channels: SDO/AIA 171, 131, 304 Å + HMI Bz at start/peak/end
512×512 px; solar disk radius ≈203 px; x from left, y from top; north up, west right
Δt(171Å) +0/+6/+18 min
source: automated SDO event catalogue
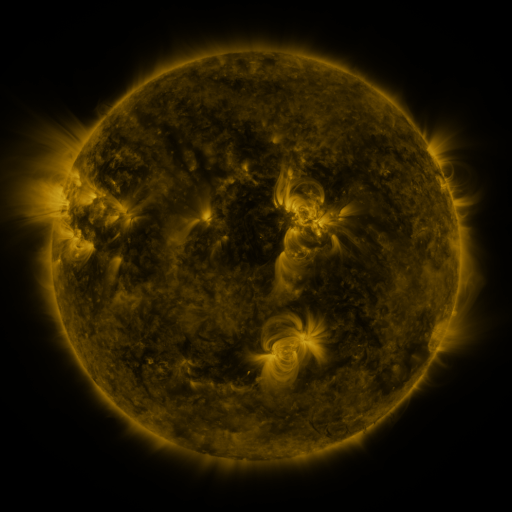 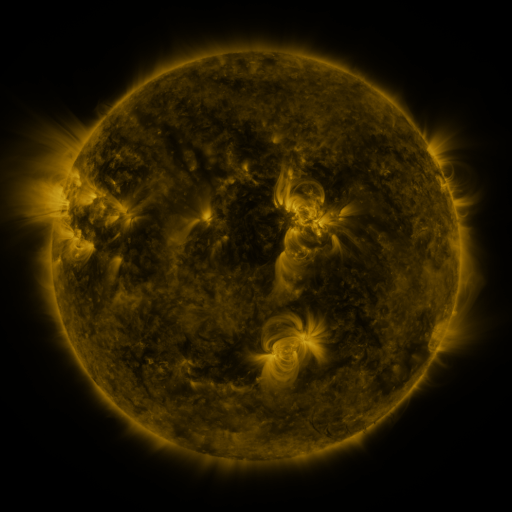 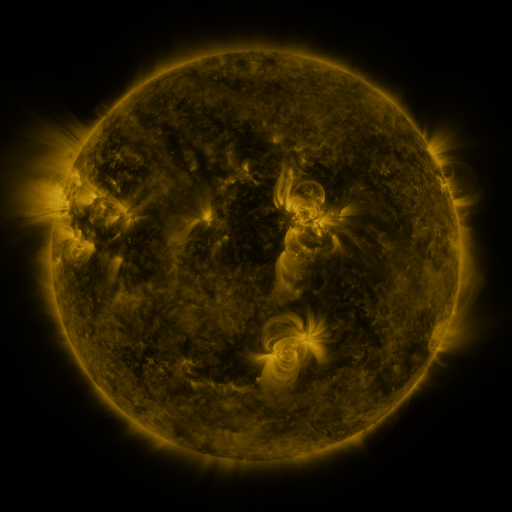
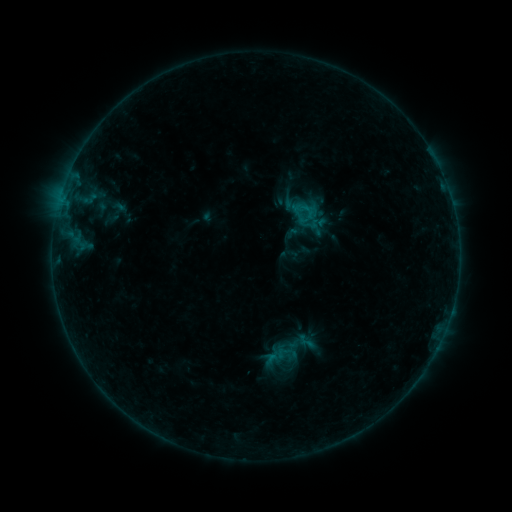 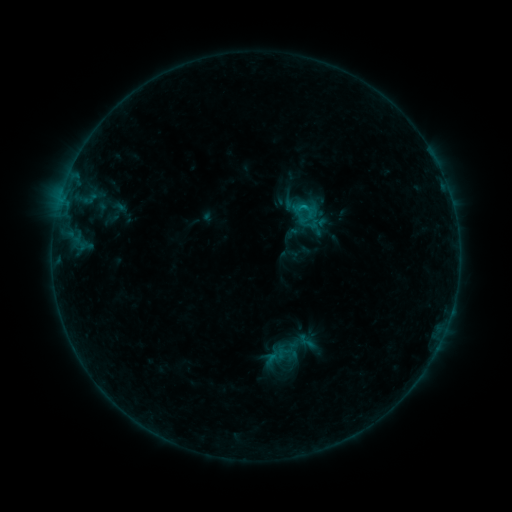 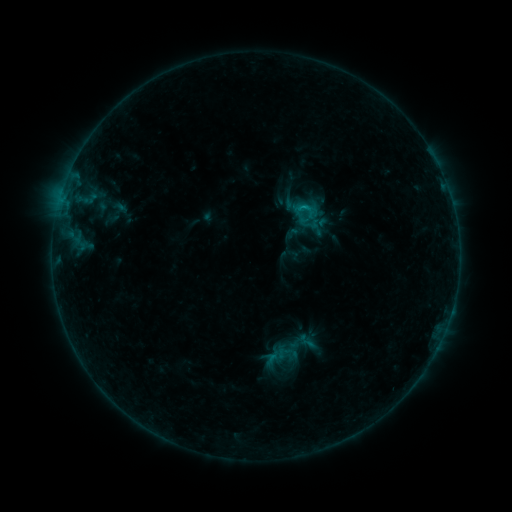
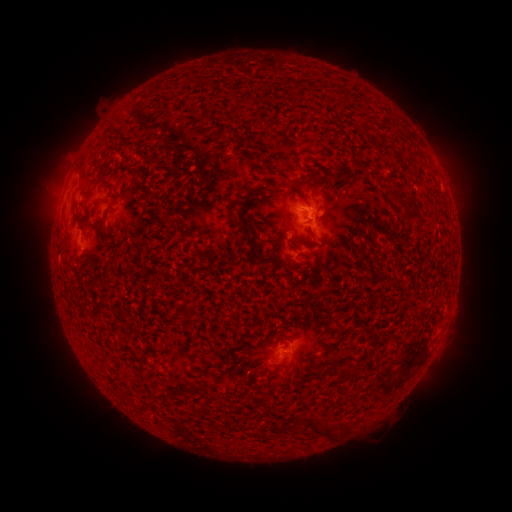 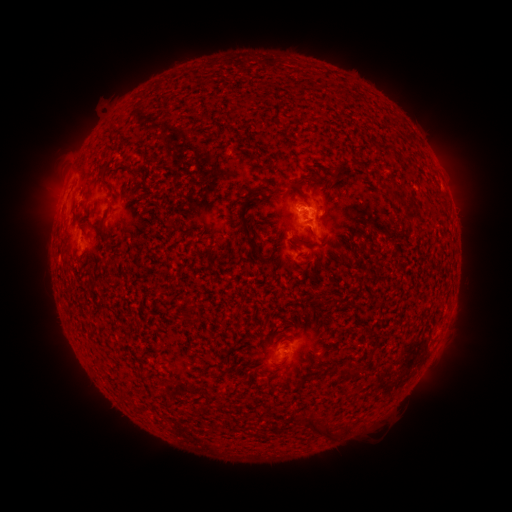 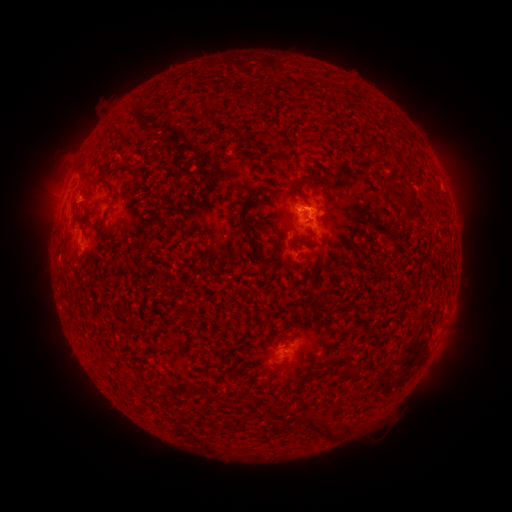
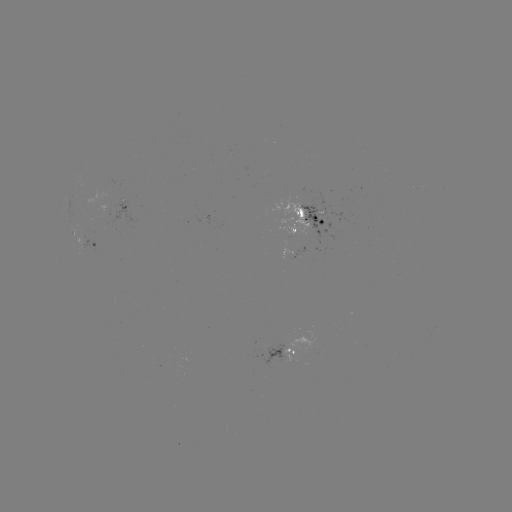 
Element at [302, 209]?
B5.7 flare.